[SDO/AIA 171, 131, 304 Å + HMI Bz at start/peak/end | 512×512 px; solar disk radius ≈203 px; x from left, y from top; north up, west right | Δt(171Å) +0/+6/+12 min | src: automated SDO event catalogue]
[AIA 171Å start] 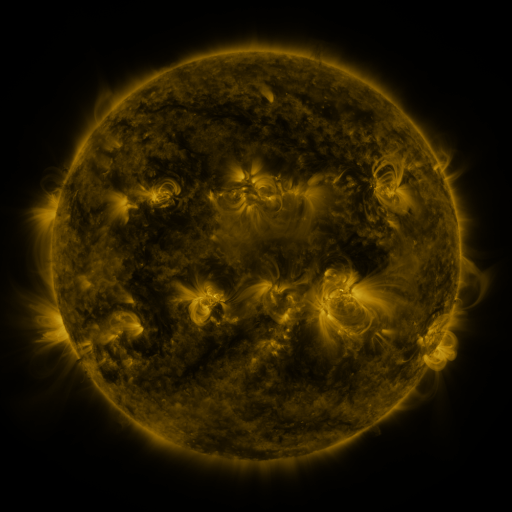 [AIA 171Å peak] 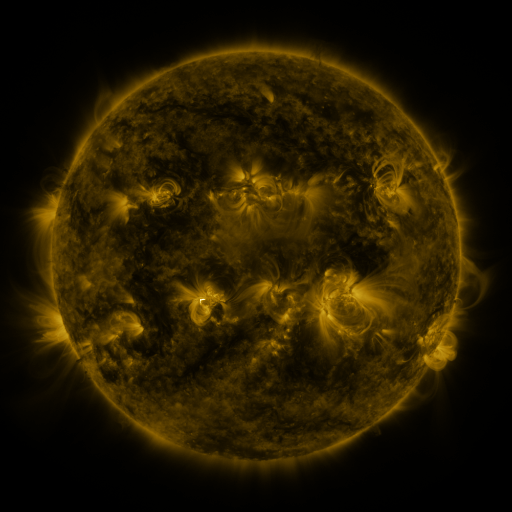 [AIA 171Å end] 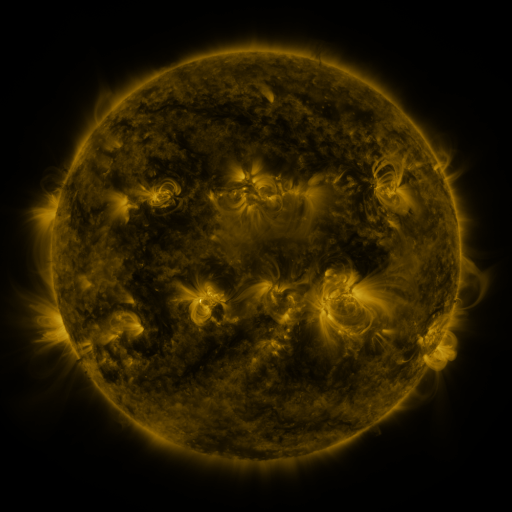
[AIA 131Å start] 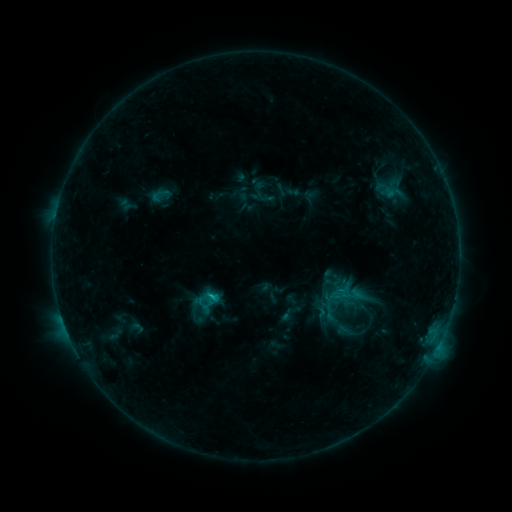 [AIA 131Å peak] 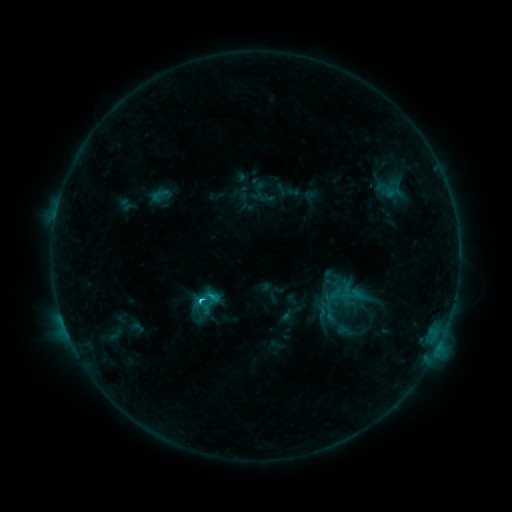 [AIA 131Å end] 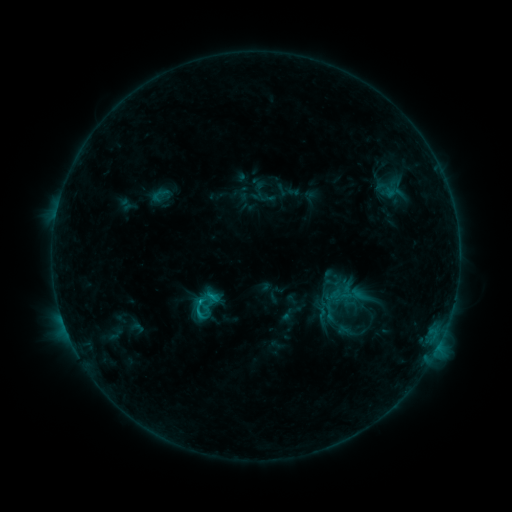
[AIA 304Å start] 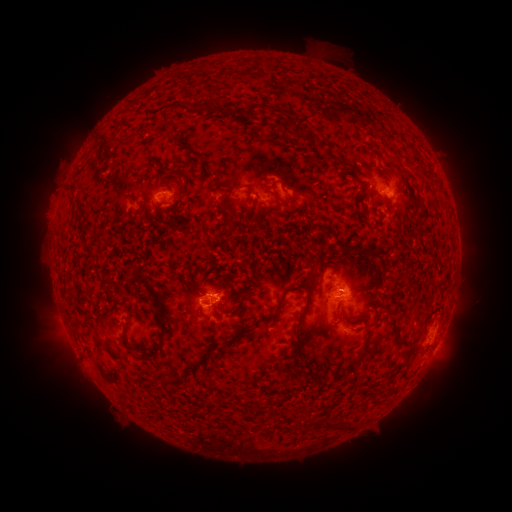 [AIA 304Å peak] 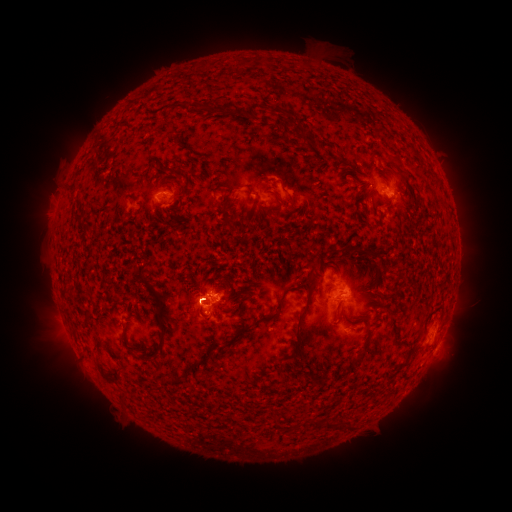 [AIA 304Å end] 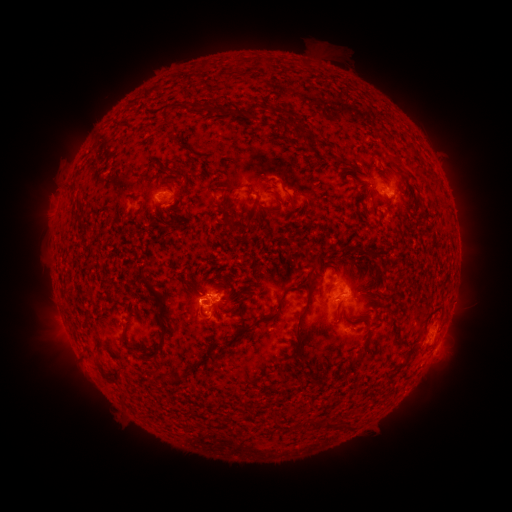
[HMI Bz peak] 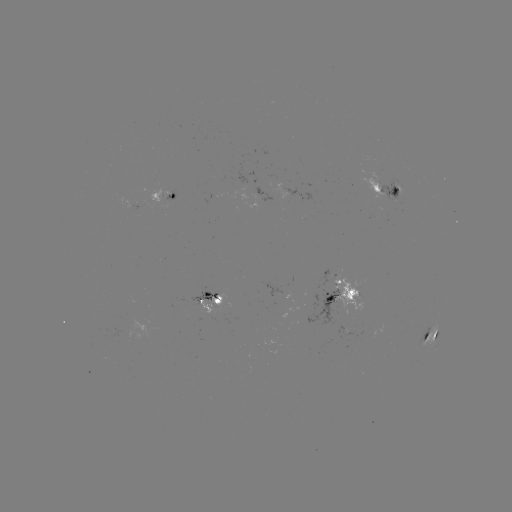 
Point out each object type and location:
C2.0 flare: (202, 299)
